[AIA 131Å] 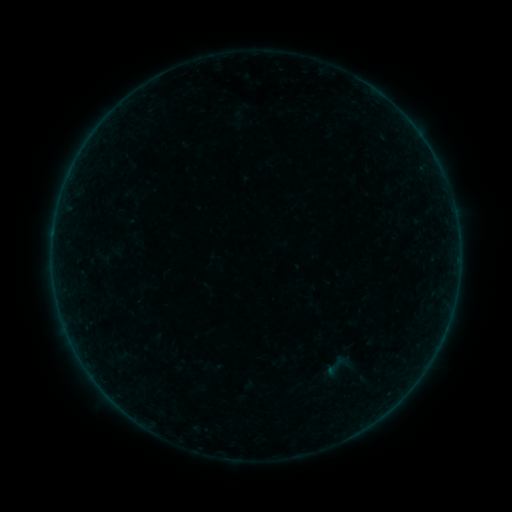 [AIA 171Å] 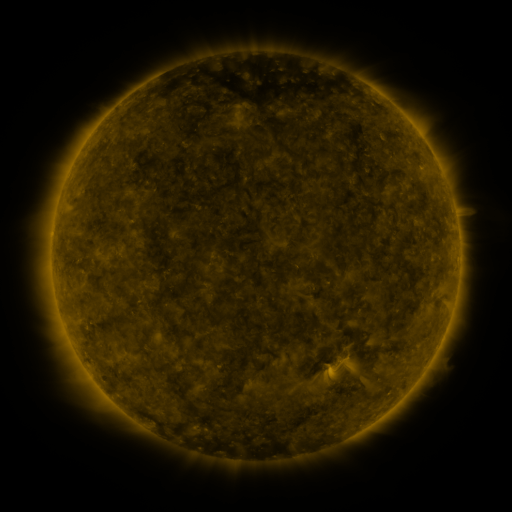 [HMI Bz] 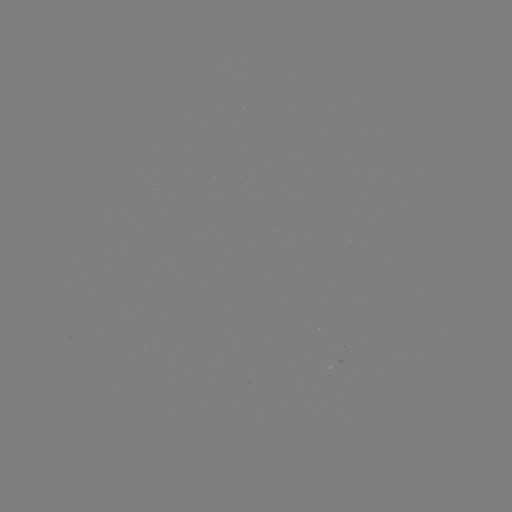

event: sigmoid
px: (338, 367)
